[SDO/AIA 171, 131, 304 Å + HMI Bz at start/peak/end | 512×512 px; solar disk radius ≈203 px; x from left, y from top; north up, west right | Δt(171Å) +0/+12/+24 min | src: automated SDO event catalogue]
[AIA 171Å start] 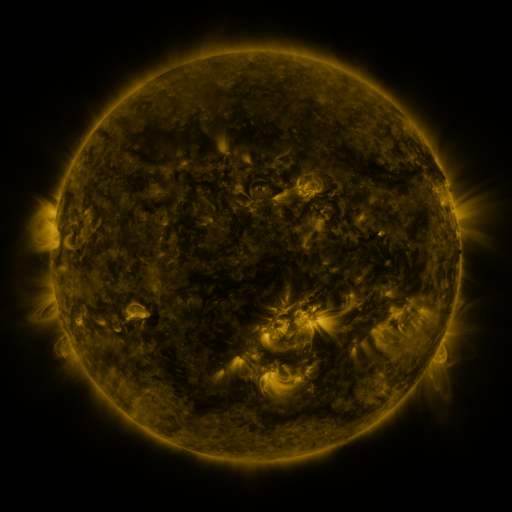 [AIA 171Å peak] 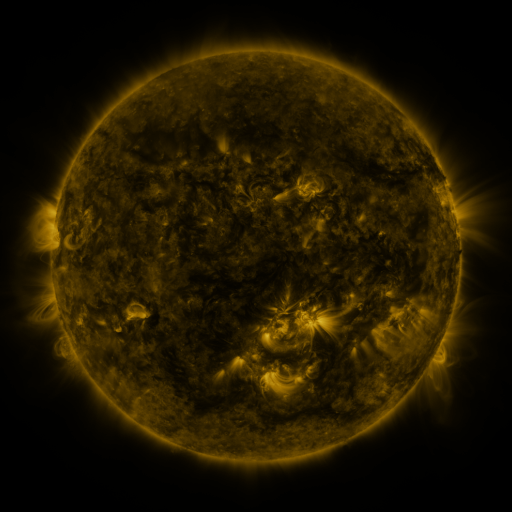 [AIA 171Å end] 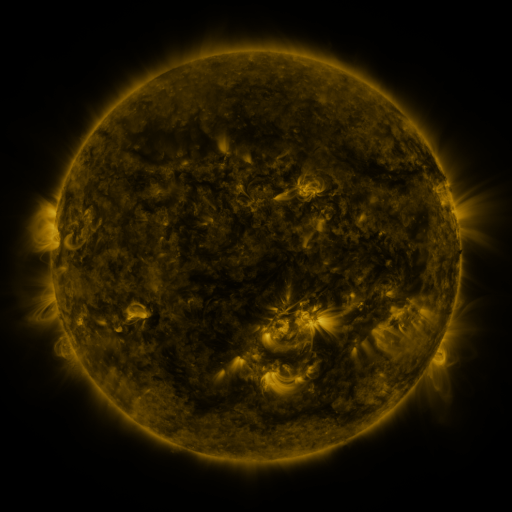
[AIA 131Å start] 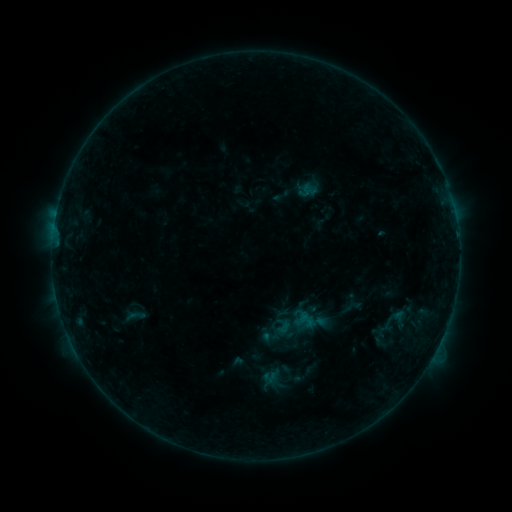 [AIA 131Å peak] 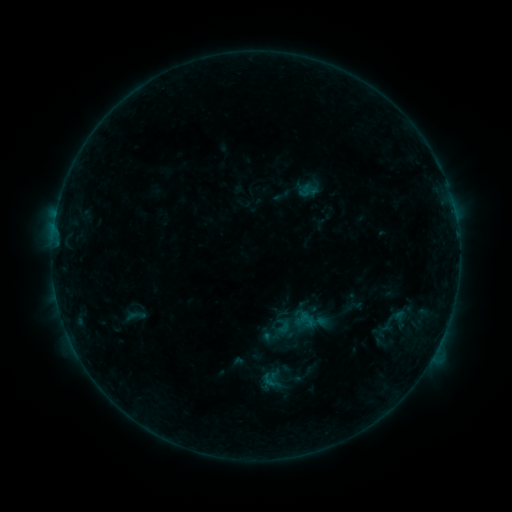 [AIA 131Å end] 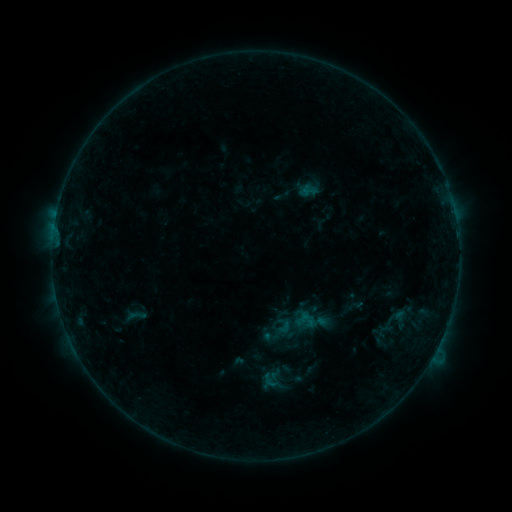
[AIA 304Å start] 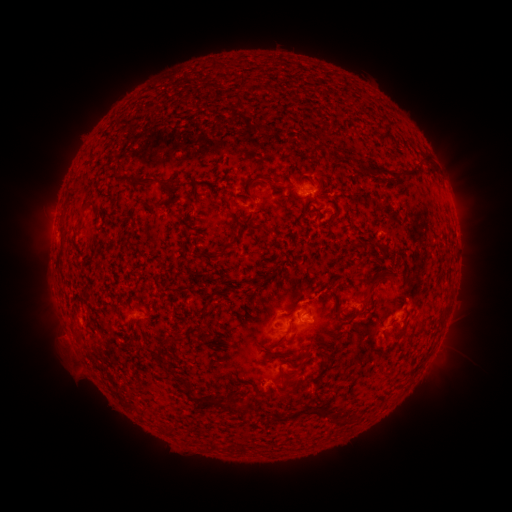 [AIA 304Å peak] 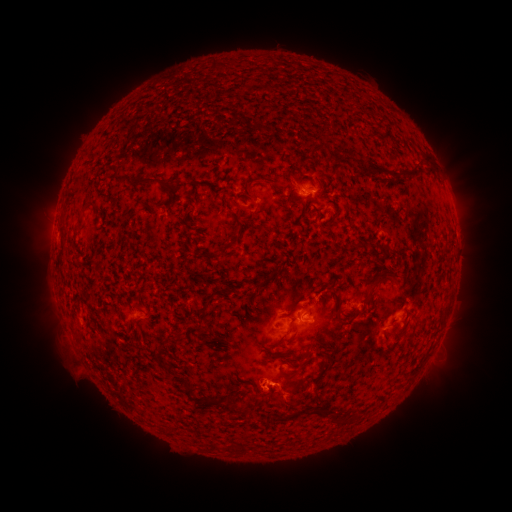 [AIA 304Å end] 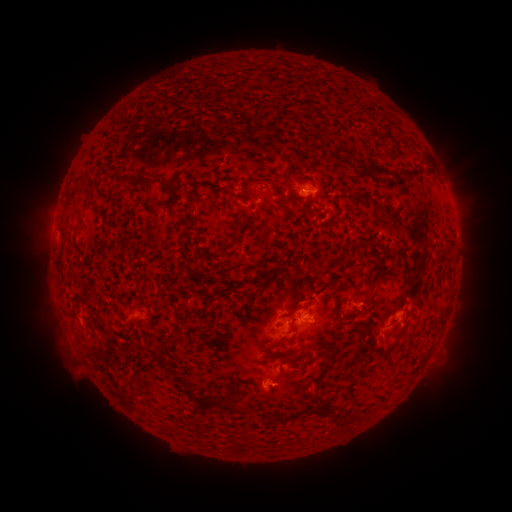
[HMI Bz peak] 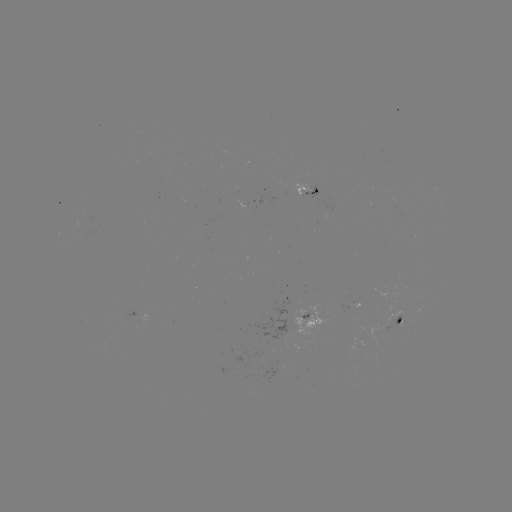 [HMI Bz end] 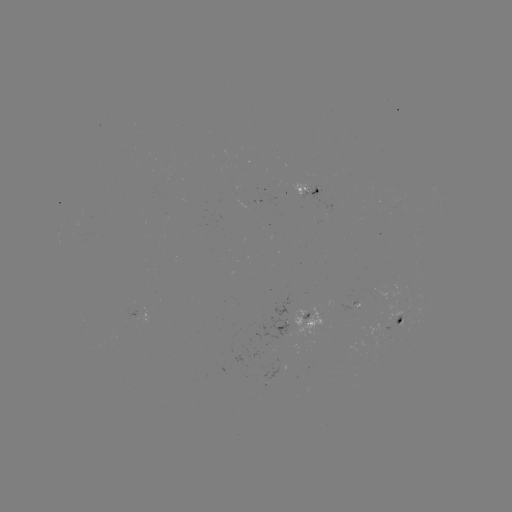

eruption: [235, 360, 317, 433]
